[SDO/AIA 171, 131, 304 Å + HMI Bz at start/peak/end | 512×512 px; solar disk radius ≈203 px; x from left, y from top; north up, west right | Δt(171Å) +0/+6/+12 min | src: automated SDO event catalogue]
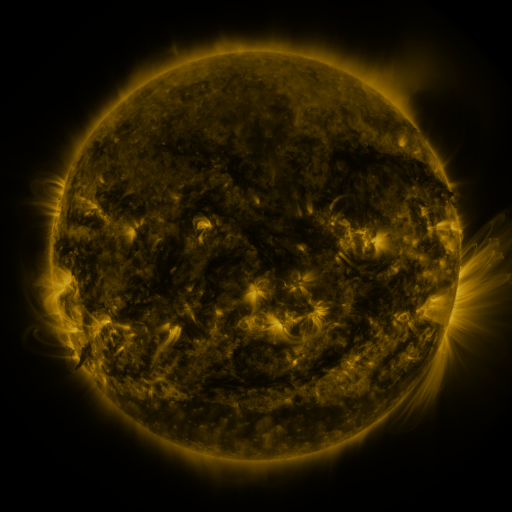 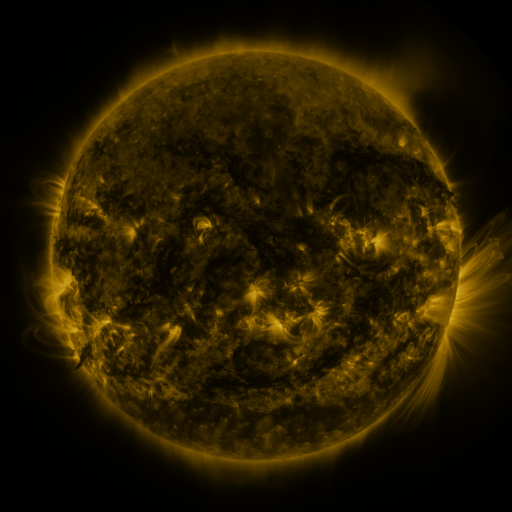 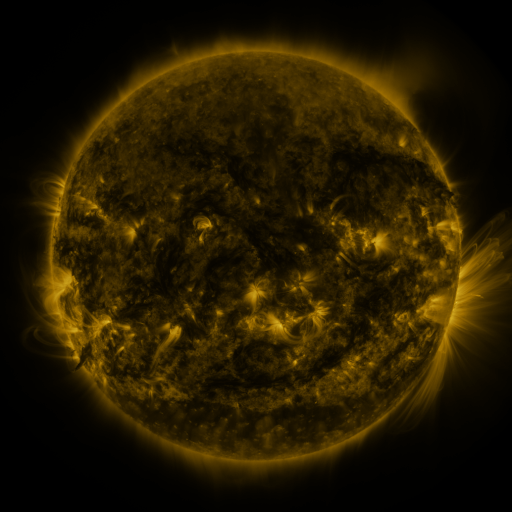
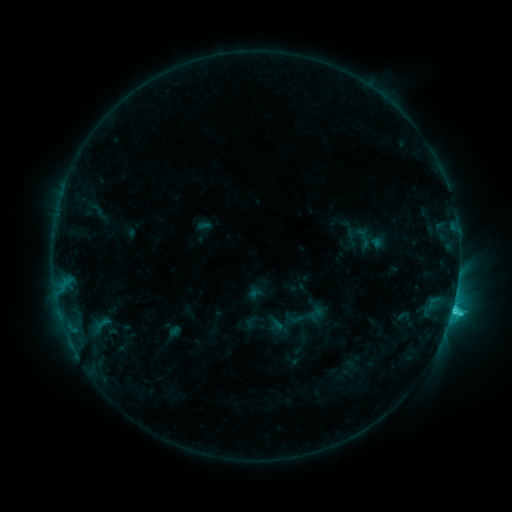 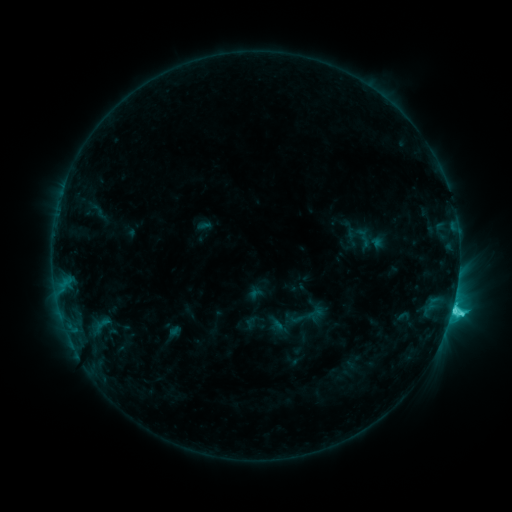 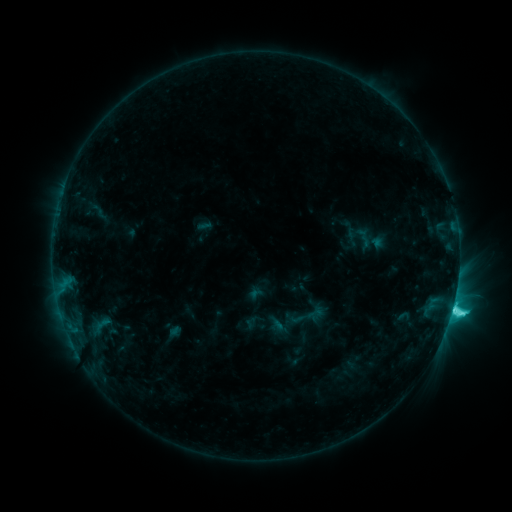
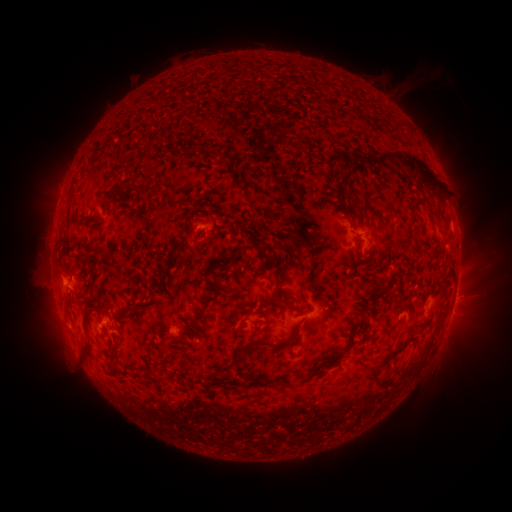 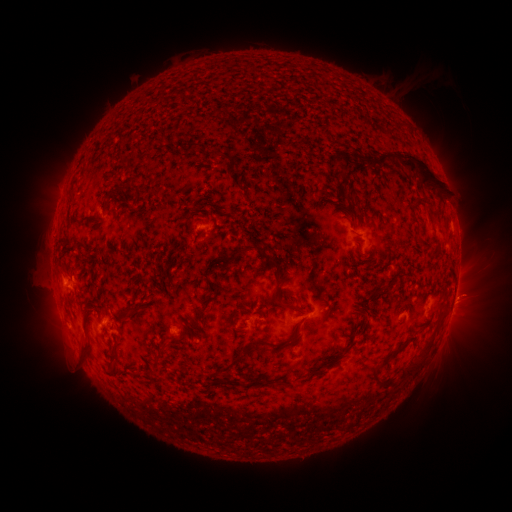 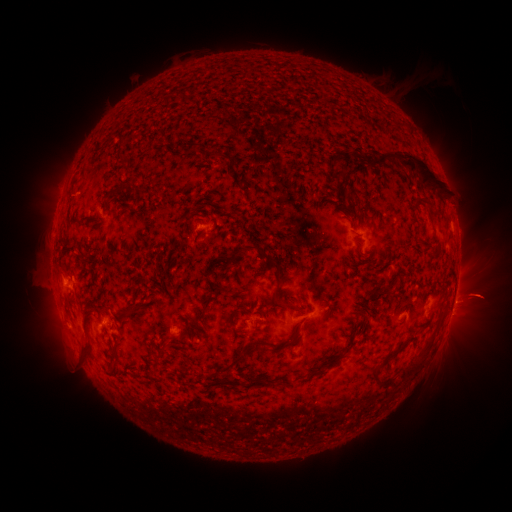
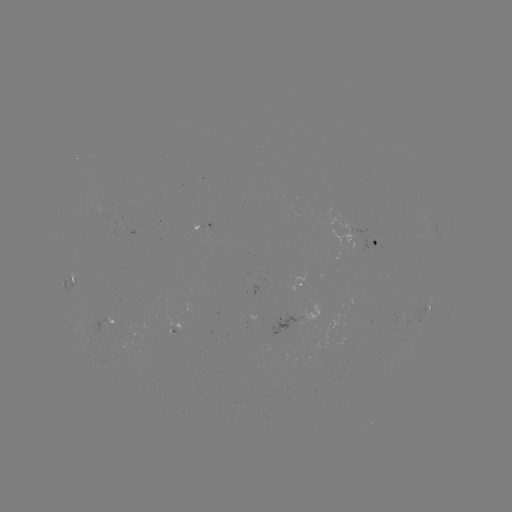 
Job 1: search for eruption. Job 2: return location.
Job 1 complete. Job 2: (474, 249).